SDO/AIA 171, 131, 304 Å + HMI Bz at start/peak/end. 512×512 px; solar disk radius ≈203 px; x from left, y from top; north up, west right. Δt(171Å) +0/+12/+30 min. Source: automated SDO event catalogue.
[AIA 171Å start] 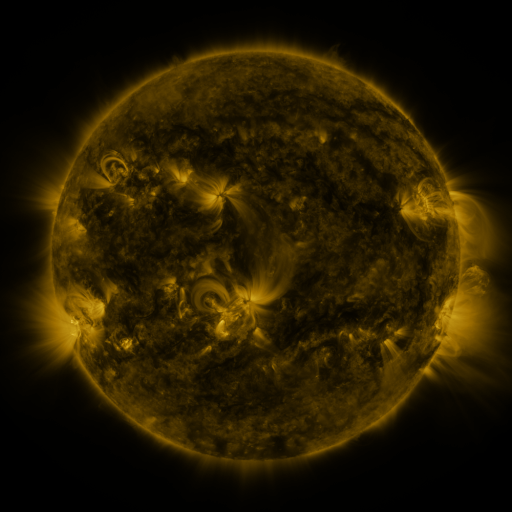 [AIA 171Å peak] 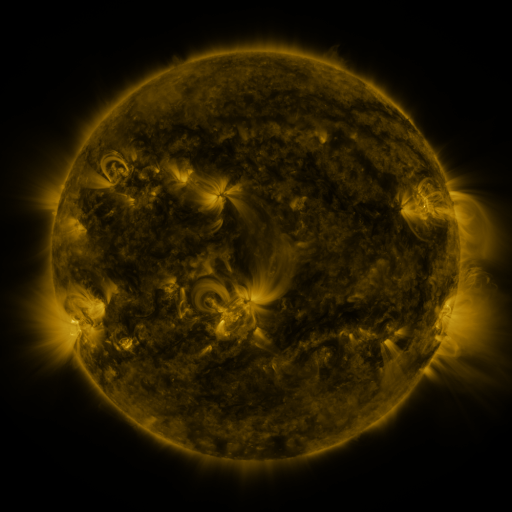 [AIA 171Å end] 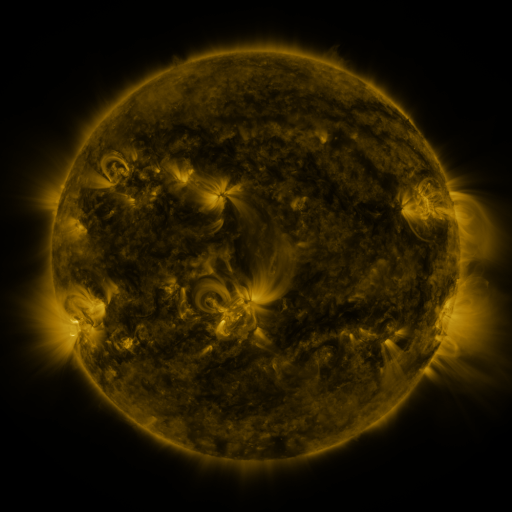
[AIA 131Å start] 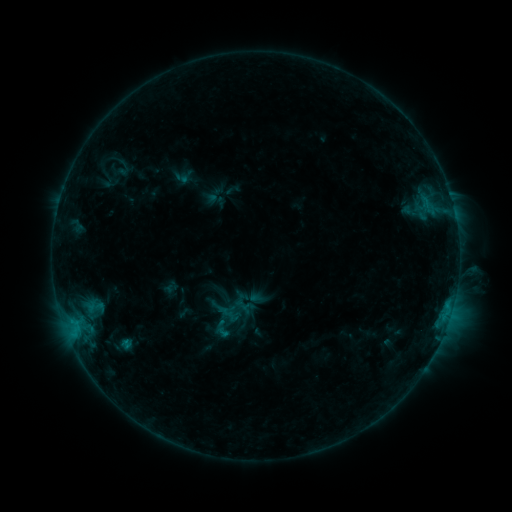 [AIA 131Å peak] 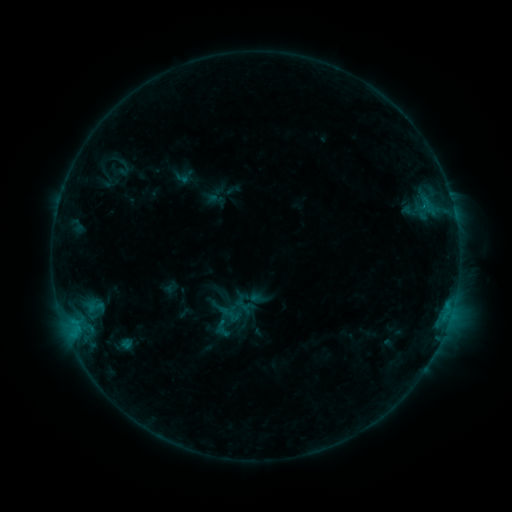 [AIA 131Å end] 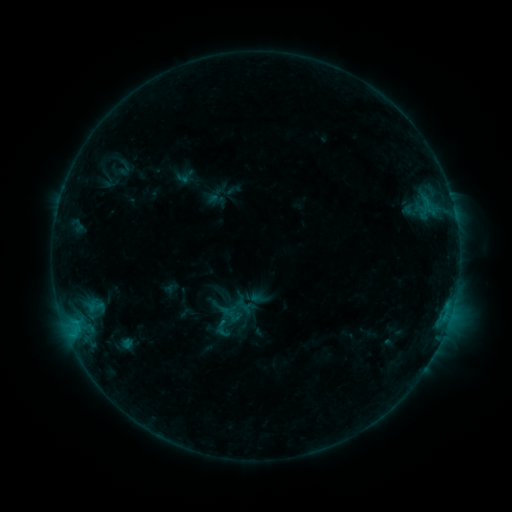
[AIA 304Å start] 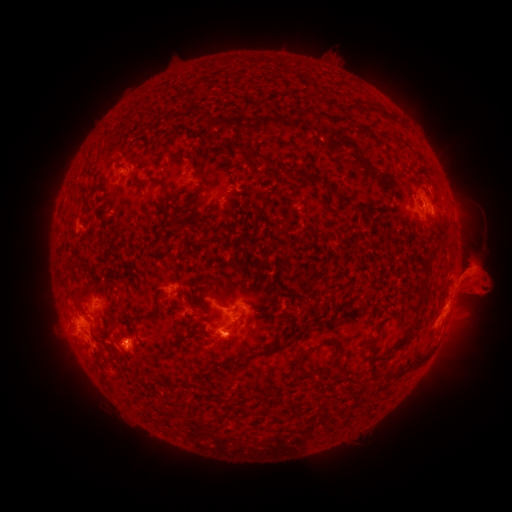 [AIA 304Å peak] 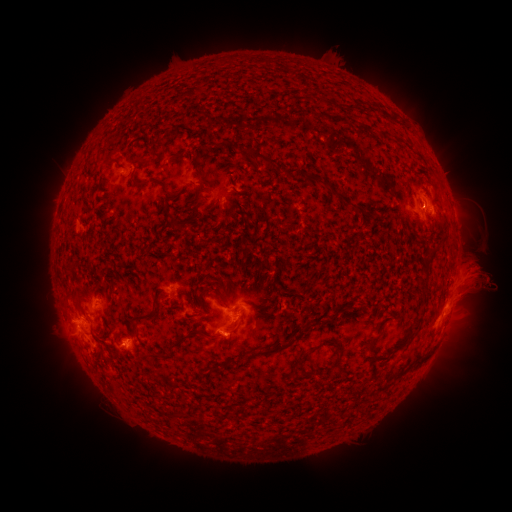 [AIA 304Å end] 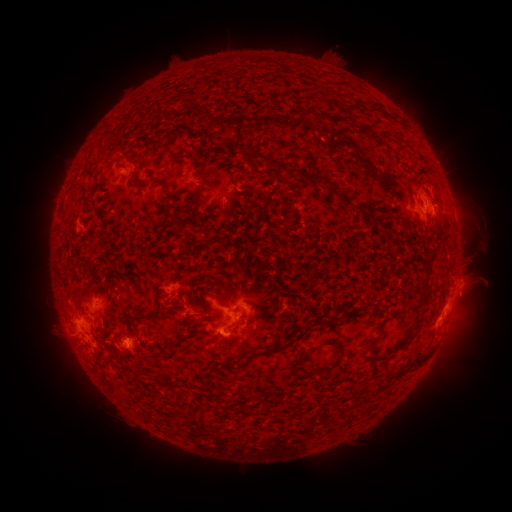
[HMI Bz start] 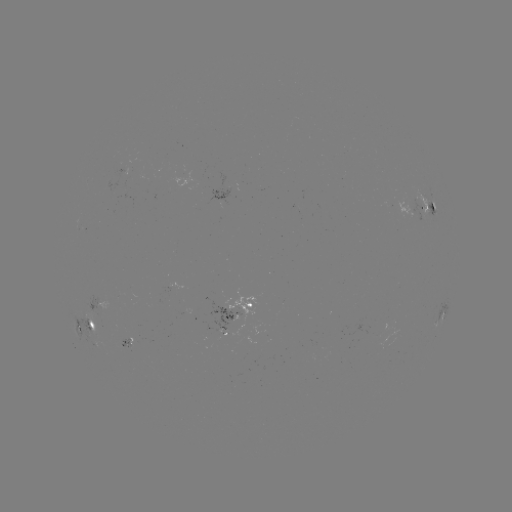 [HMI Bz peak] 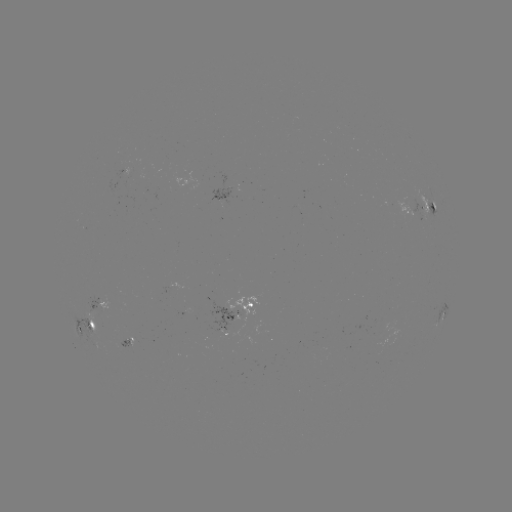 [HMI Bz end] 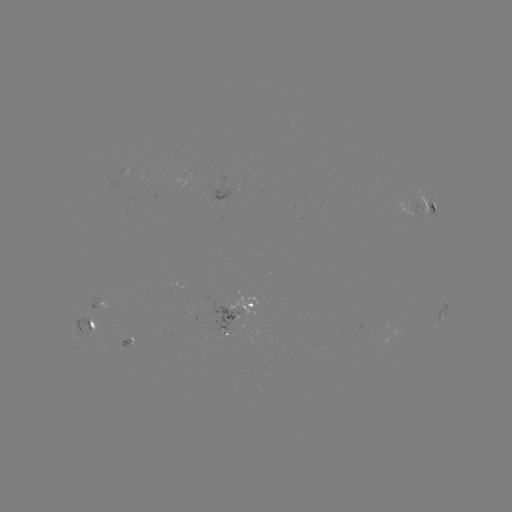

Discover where eruption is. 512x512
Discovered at [476, 280].